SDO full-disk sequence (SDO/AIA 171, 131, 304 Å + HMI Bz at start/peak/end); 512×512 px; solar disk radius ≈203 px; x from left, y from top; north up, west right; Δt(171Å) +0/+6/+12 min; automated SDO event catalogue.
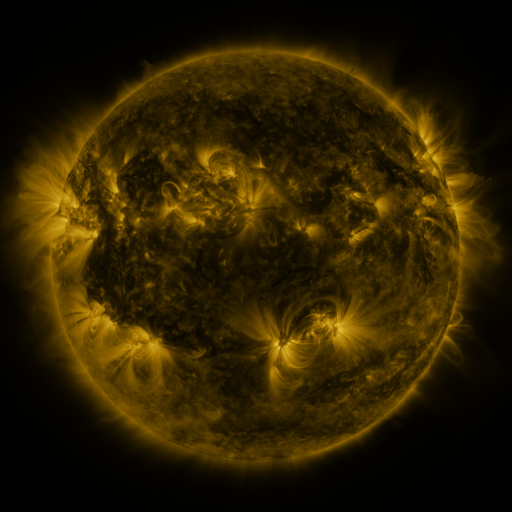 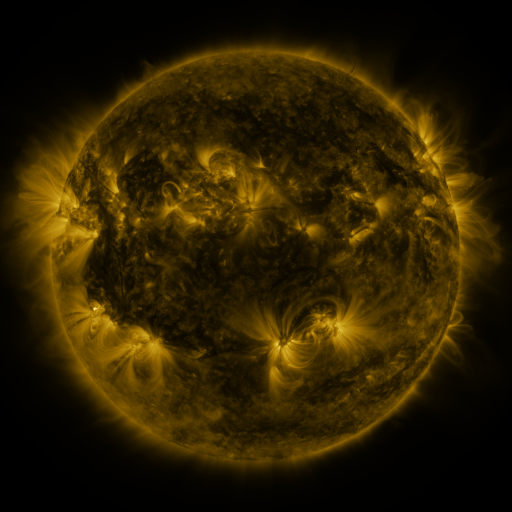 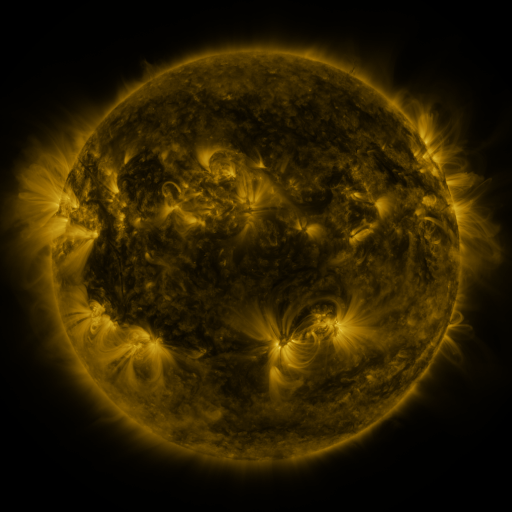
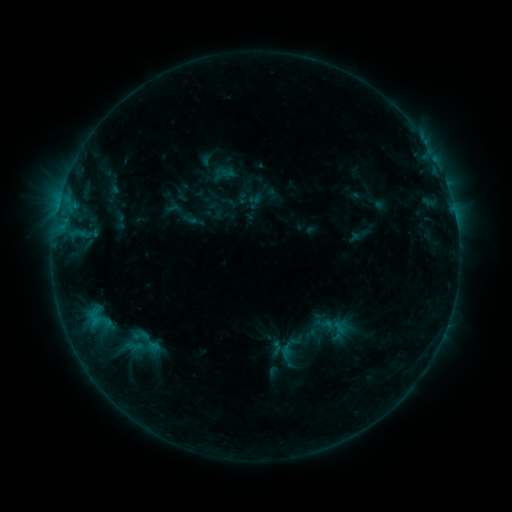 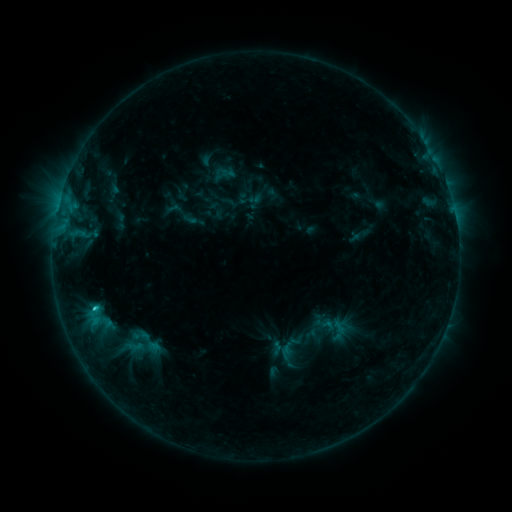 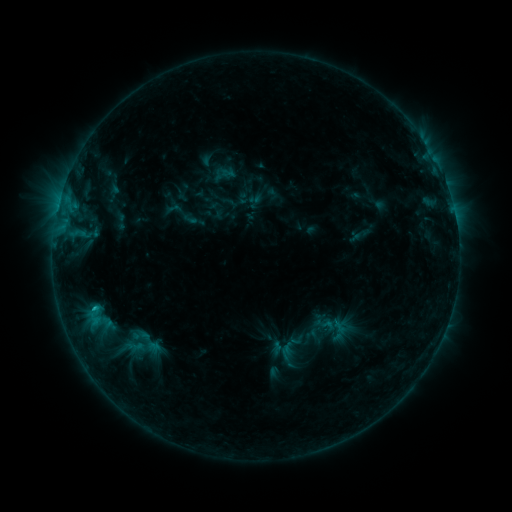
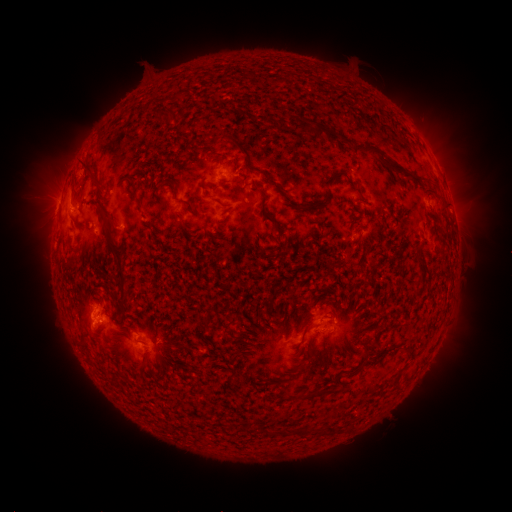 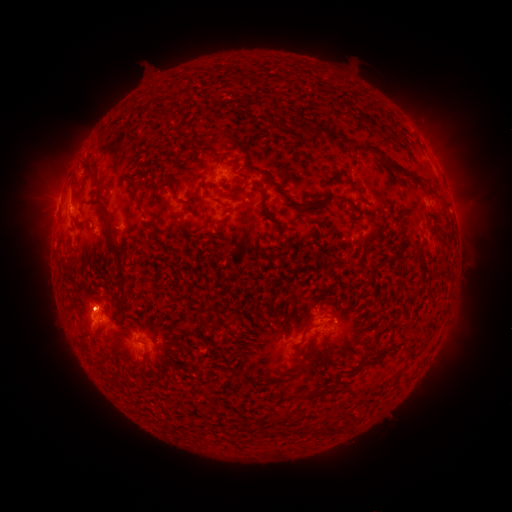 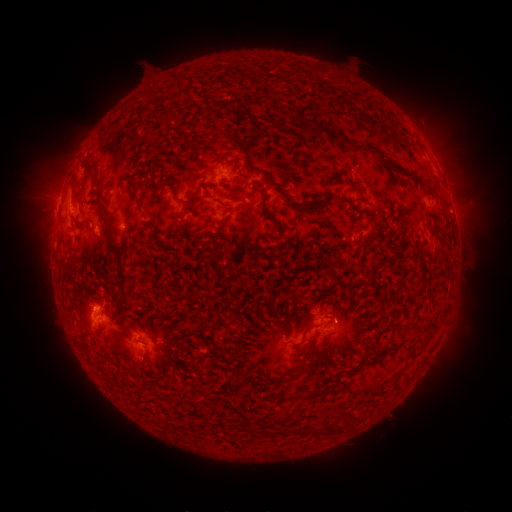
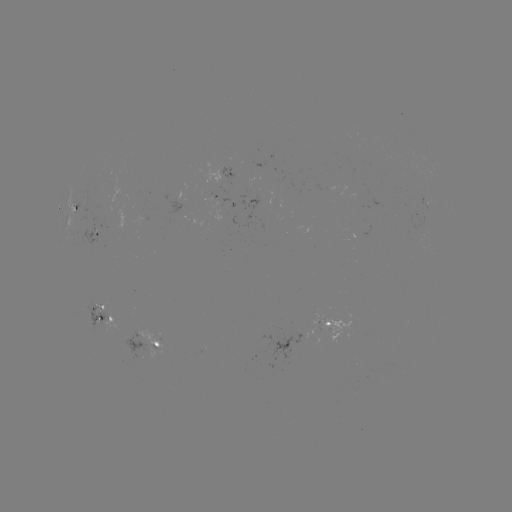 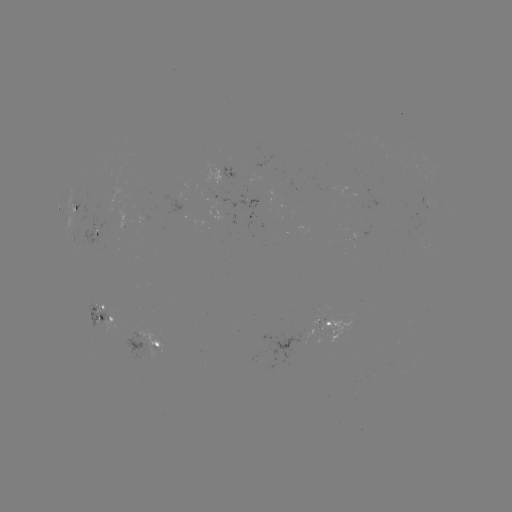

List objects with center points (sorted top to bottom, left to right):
C1.4 flare: (95, 306)
